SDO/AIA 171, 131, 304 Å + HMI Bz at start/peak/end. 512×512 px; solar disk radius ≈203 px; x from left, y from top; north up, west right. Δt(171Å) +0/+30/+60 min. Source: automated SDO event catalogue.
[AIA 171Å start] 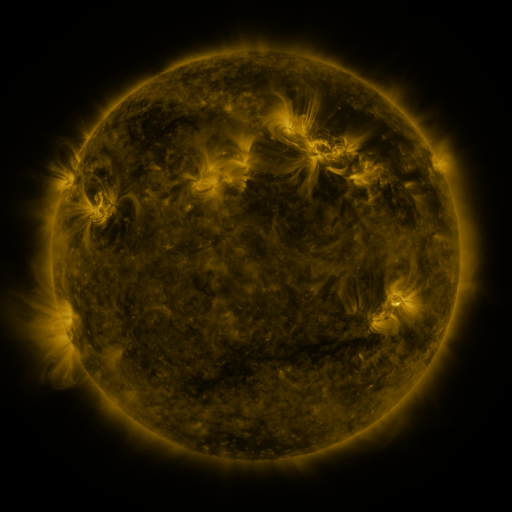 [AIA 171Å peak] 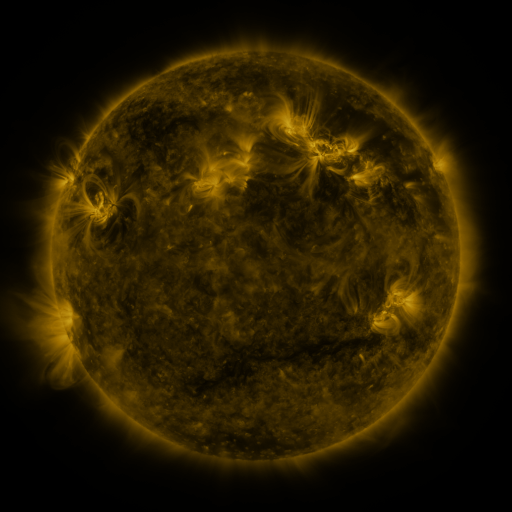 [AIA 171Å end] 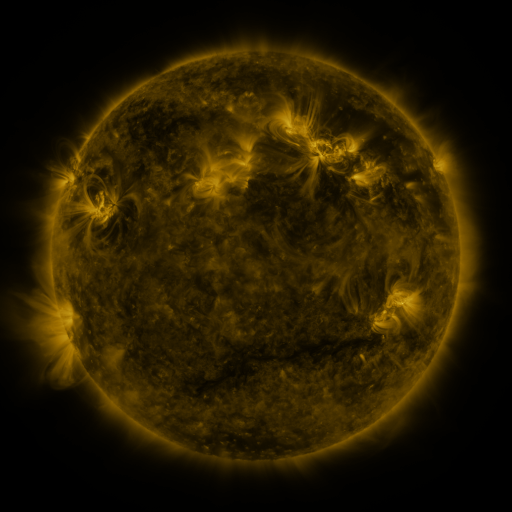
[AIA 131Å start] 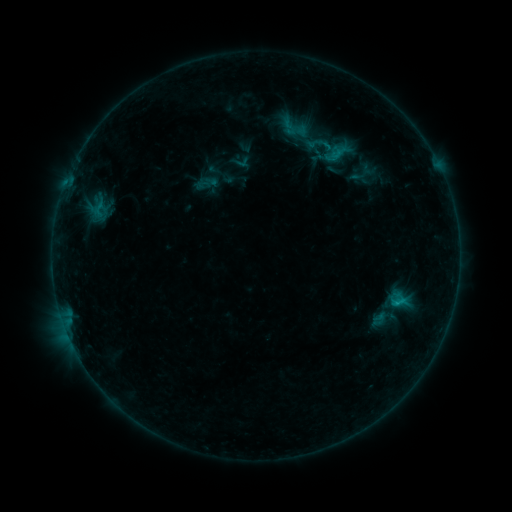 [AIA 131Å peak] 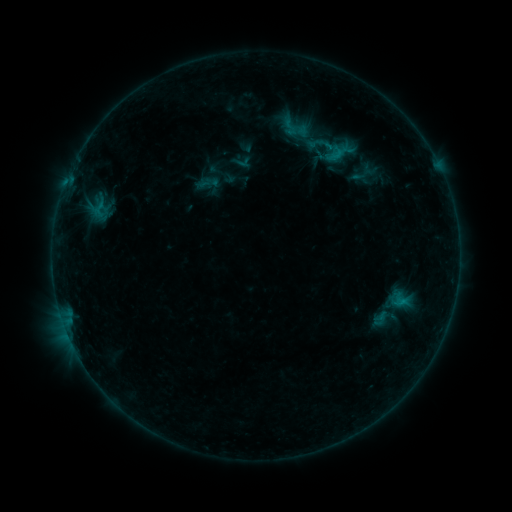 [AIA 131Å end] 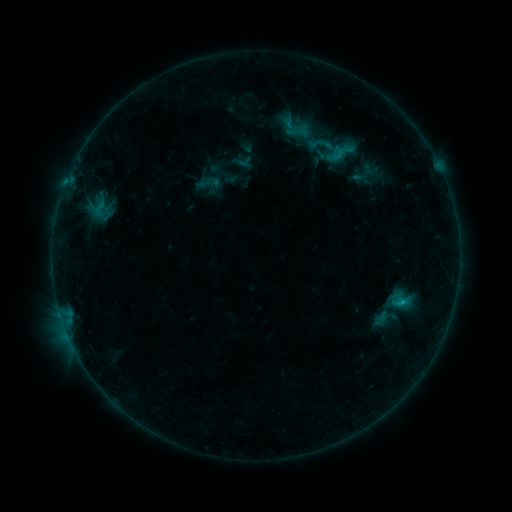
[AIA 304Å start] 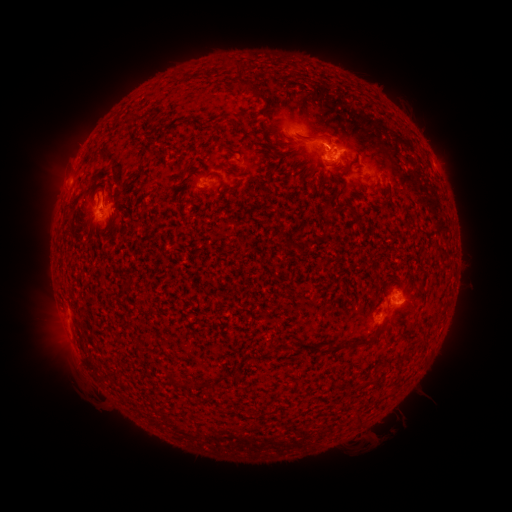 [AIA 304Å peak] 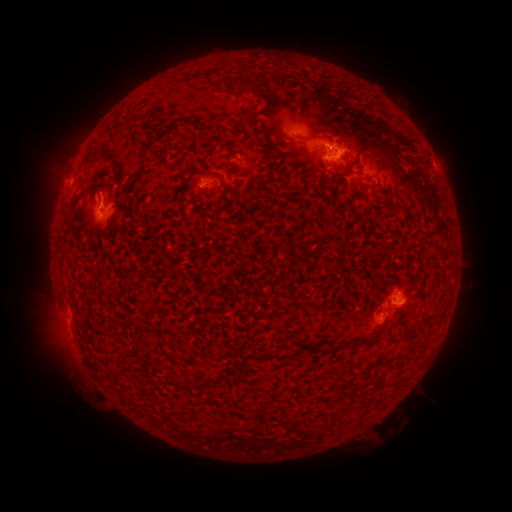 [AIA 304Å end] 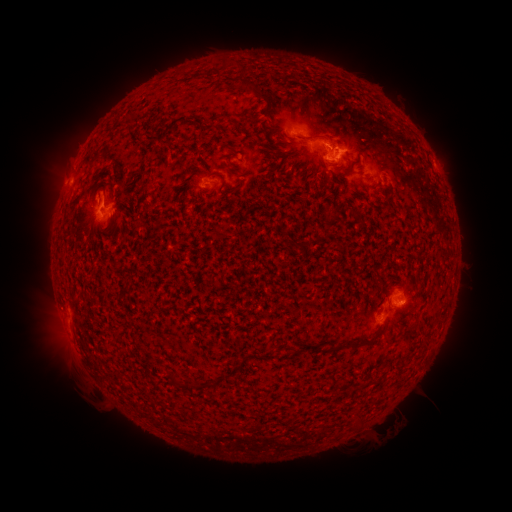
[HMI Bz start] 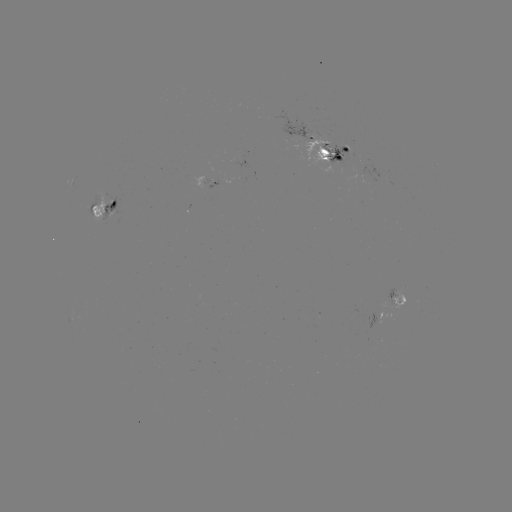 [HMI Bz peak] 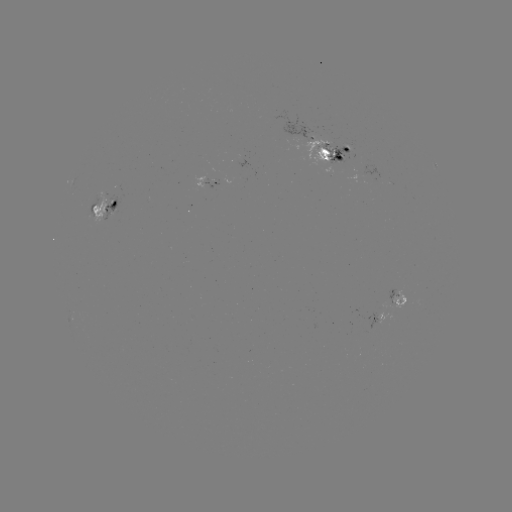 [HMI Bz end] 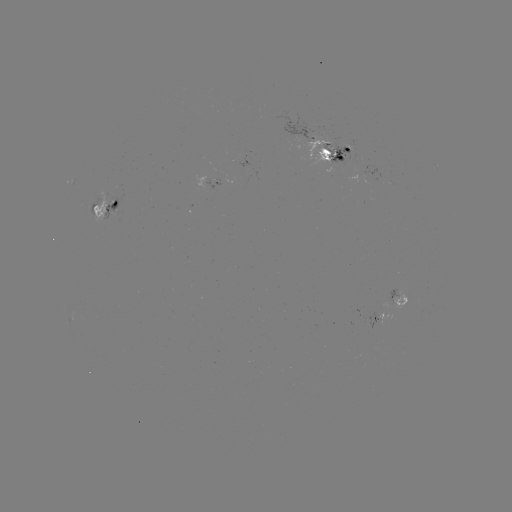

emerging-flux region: (102, 197, 117, 220)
